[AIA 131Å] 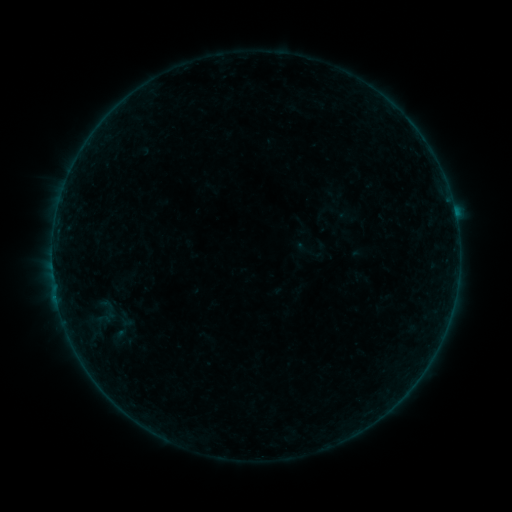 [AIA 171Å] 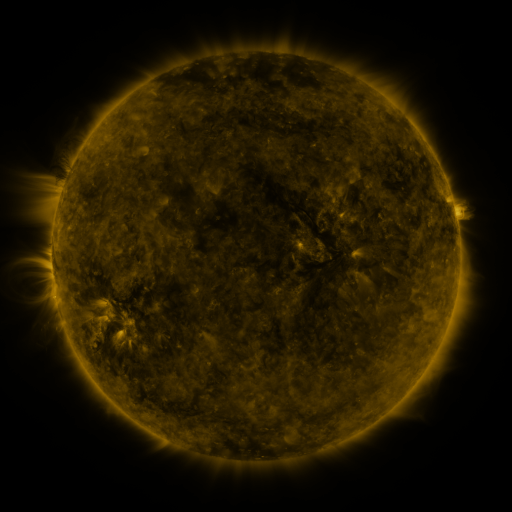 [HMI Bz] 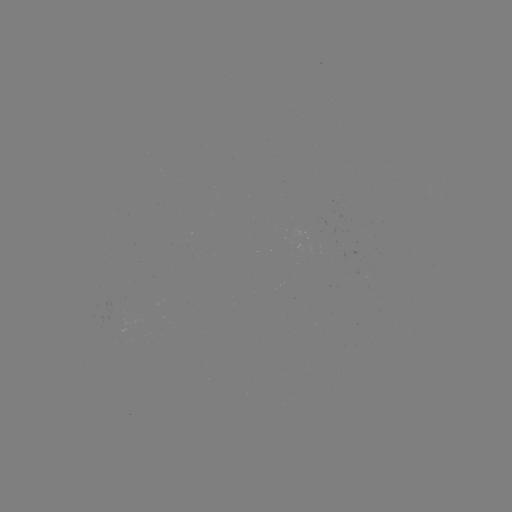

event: sigmoid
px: (307, 251)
